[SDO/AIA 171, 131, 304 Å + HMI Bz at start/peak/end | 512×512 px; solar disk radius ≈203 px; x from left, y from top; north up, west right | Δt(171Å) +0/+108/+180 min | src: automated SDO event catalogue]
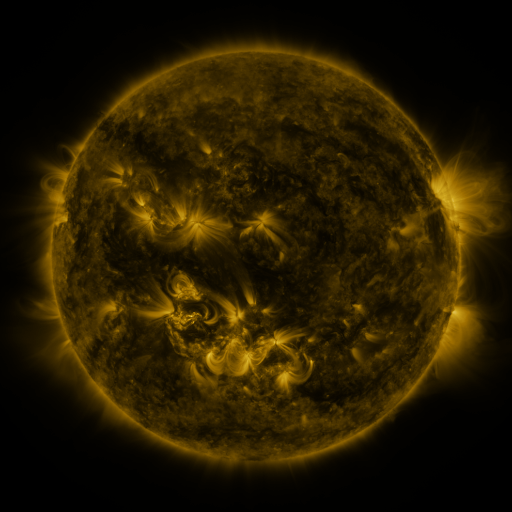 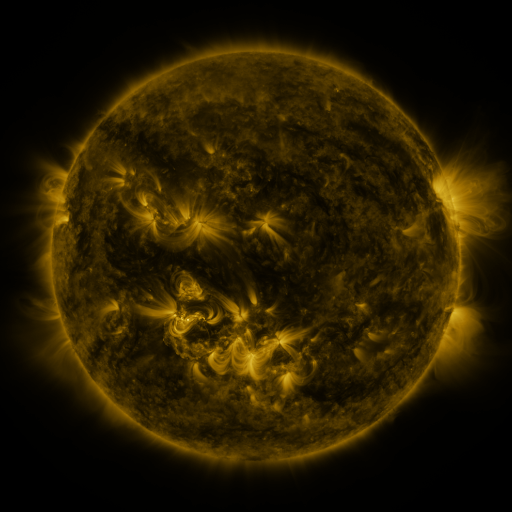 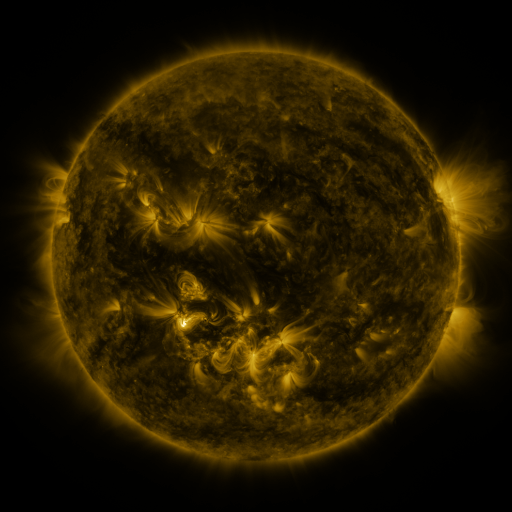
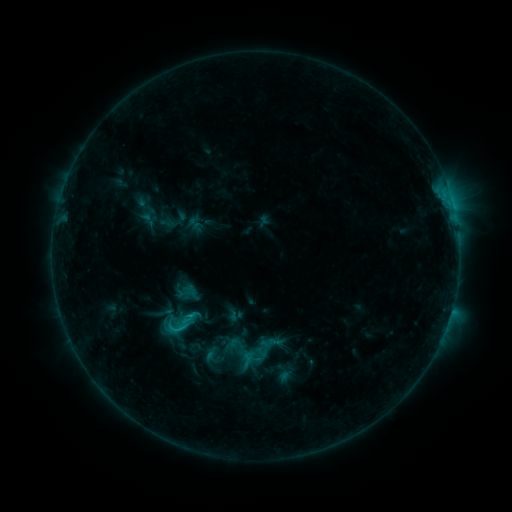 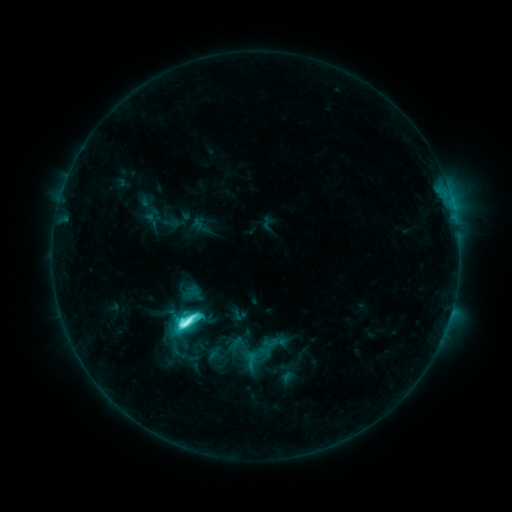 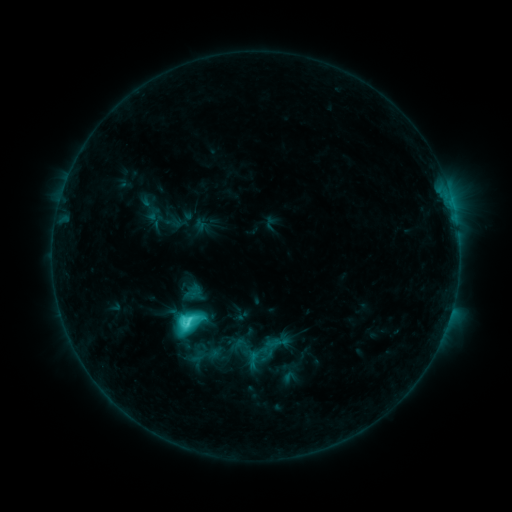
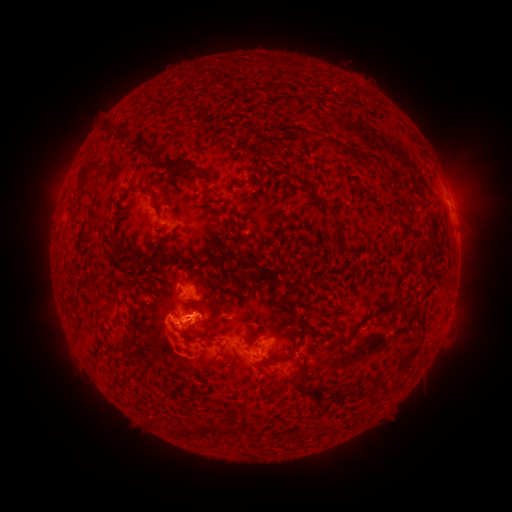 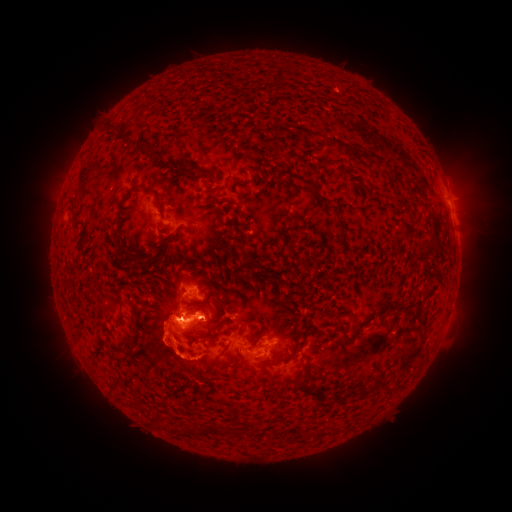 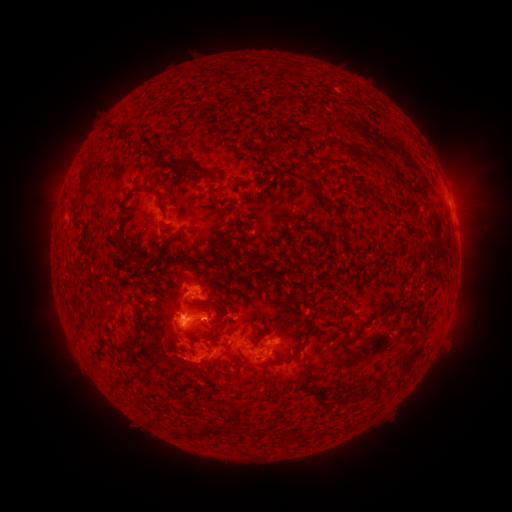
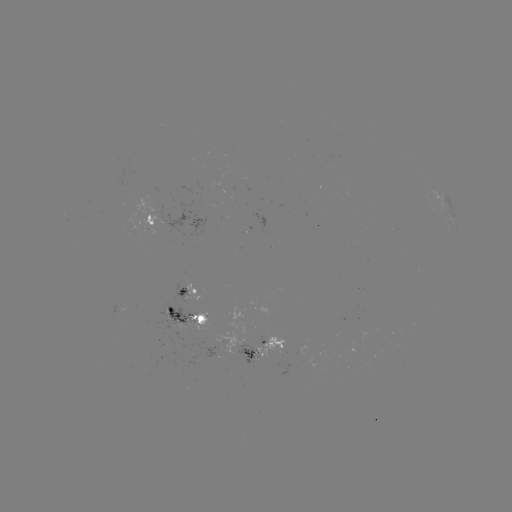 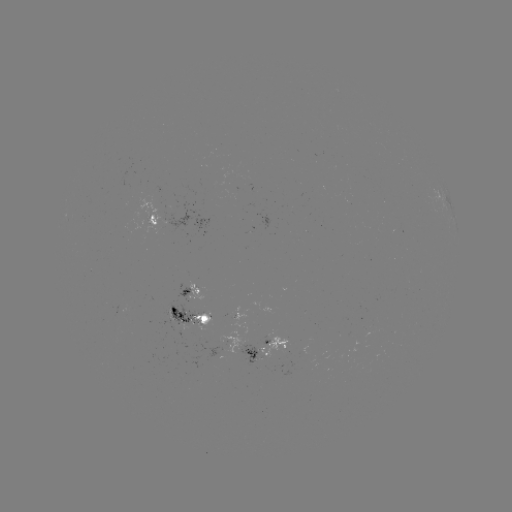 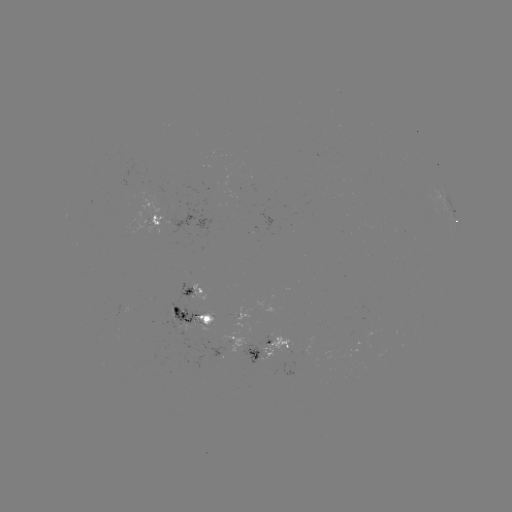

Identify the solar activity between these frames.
M1.2 flare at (186, 321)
